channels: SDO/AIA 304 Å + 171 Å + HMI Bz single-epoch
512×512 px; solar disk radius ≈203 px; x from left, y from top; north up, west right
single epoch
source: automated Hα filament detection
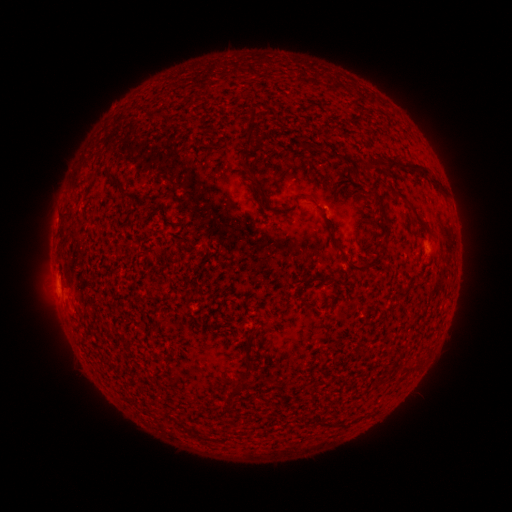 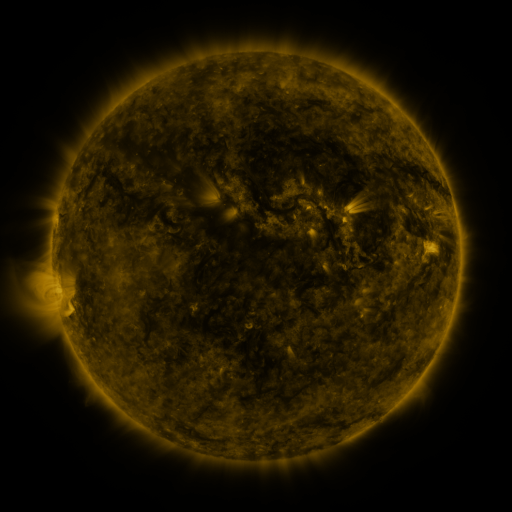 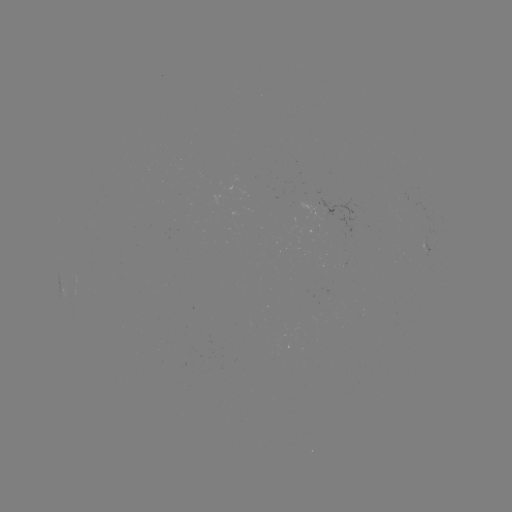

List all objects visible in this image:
filament: [243, 122, 255, 142]
filament: [364, 154, 386, 170]
filament: [387, 159, 397, 171]
filament: [398, 161, 421, 171]
filament: [103, 166, 120, 185]
filament: [428, 176, 442, 190]
filament: [252, 177, 270, 207]
filament: [390, 190, 405, 200]
filament: [409, 204, 431, 233]
filament: [381, 221, 390, 238]
filament: [58, 223, 67, 243]
filament: [331, 235, 347, 259]
filament: [348, 249, 383, 273]
filament: [300, 274, 328, 285]
filament: [400, 363, 415, 372]
filament: [326, 421, 341, 427]
filament: [186, 427, 194, 436]
